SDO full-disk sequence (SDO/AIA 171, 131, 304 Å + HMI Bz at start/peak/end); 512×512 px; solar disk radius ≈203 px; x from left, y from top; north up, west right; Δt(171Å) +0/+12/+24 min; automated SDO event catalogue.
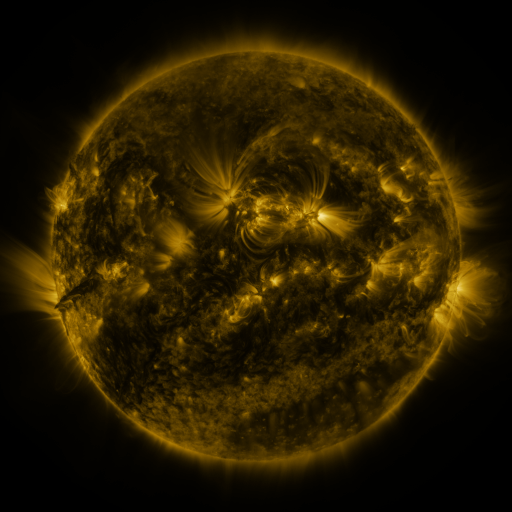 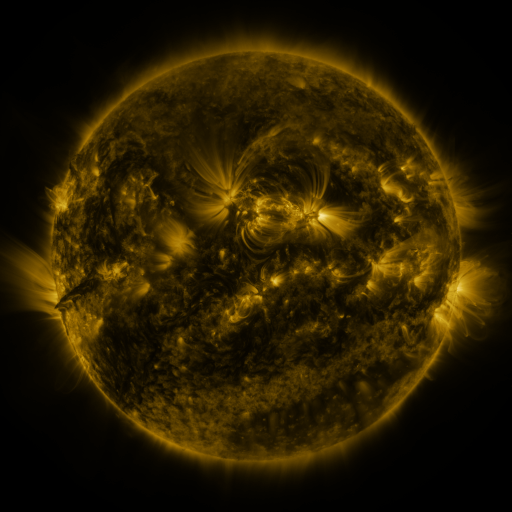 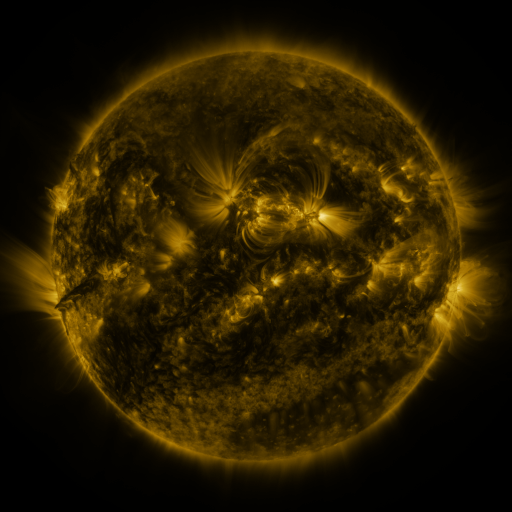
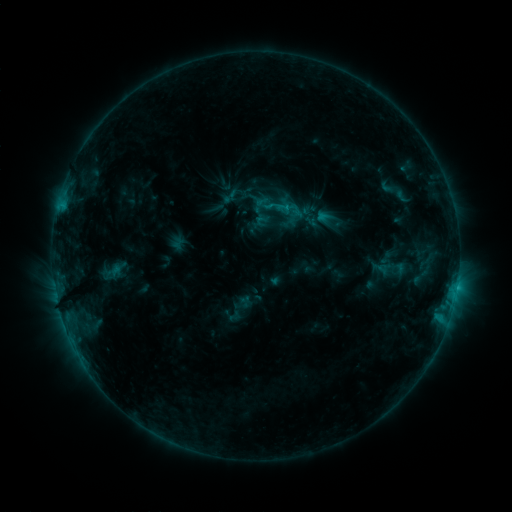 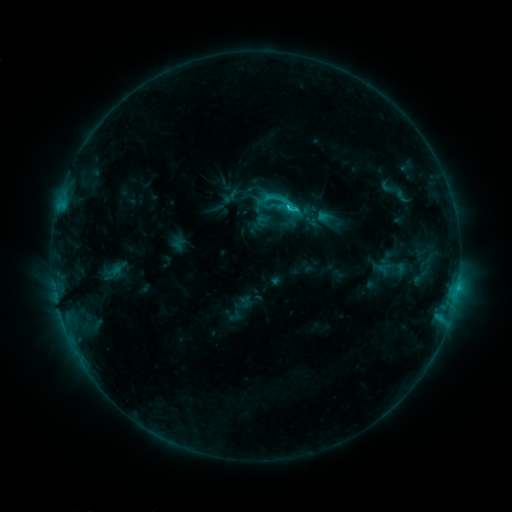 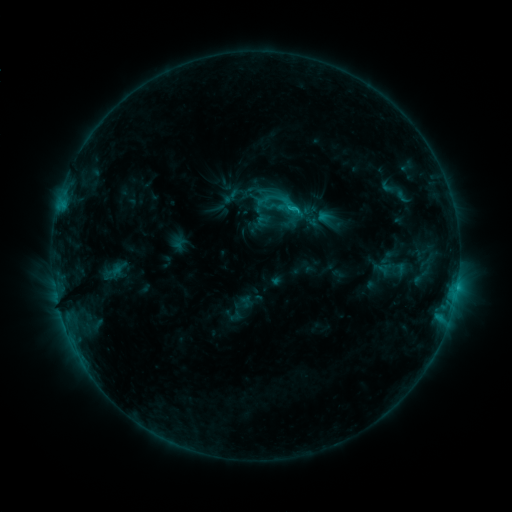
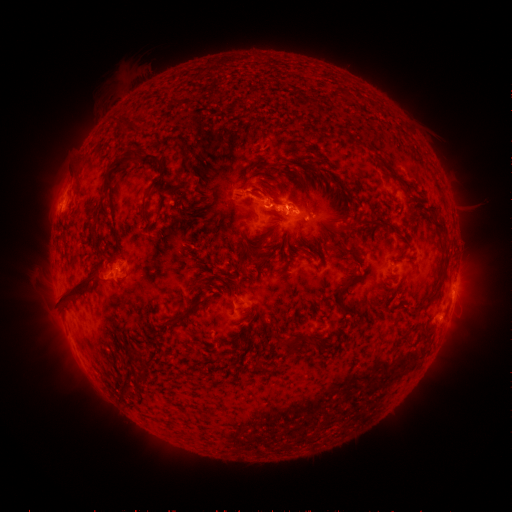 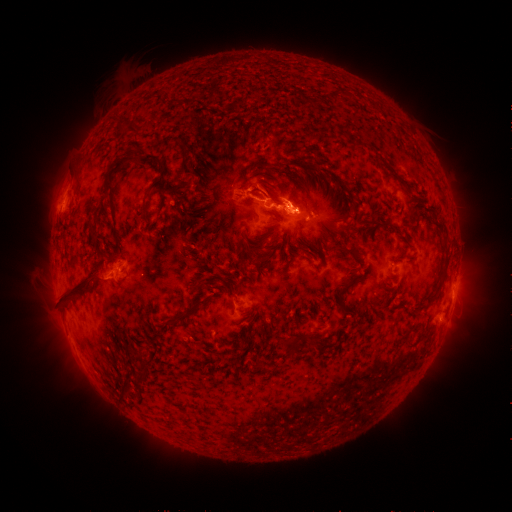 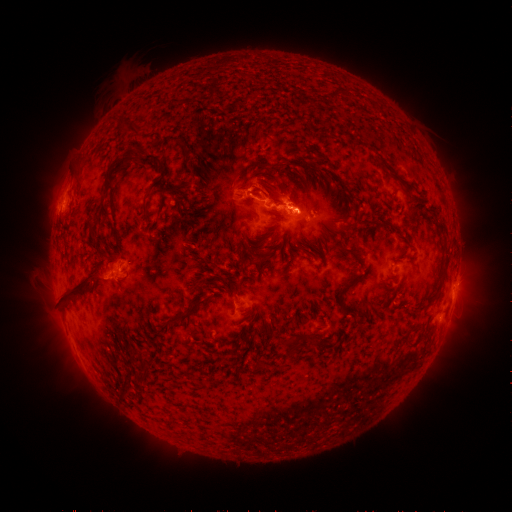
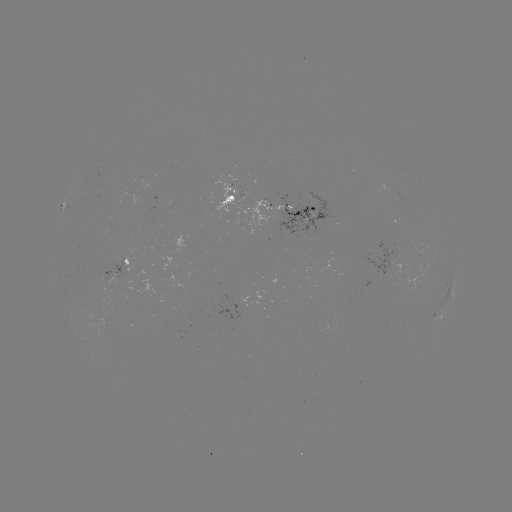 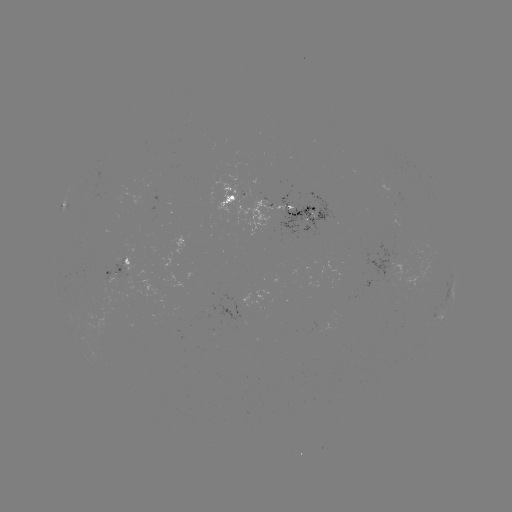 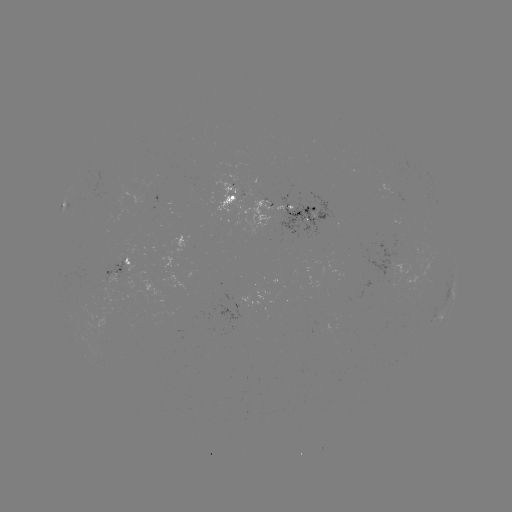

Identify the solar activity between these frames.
C2.1 flare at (287, 209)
